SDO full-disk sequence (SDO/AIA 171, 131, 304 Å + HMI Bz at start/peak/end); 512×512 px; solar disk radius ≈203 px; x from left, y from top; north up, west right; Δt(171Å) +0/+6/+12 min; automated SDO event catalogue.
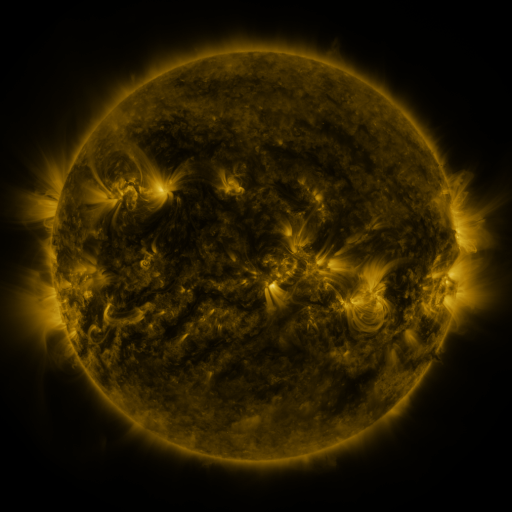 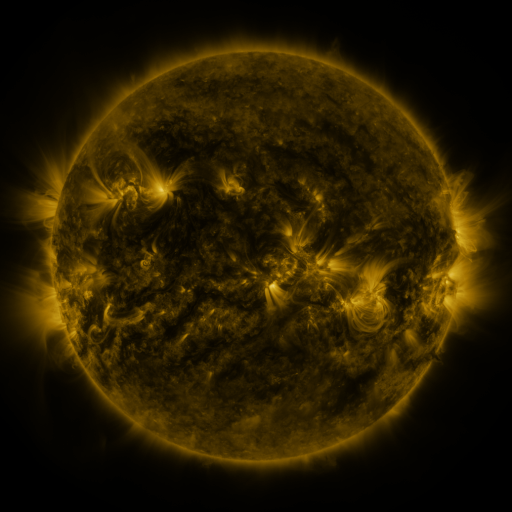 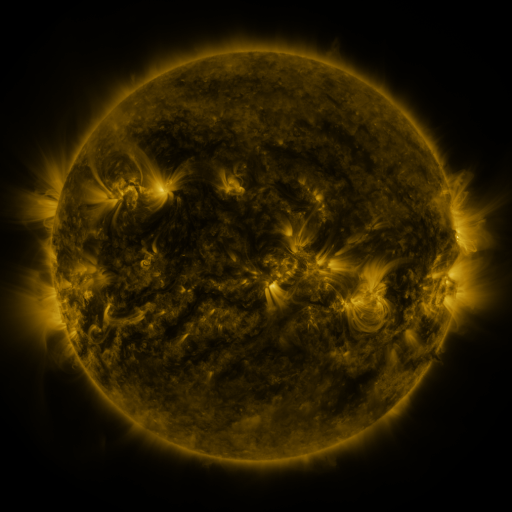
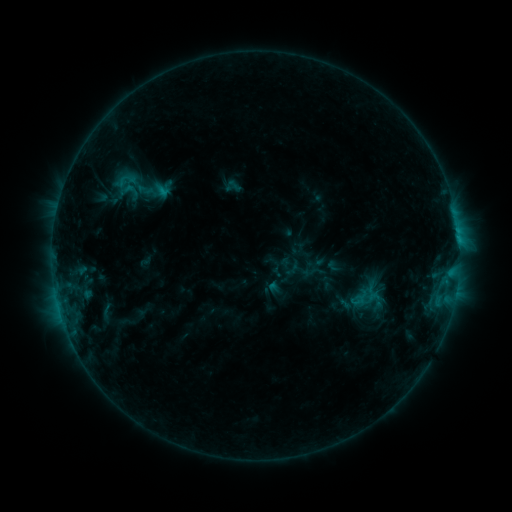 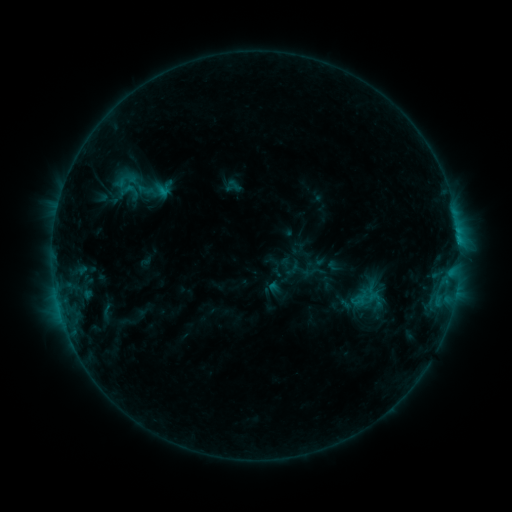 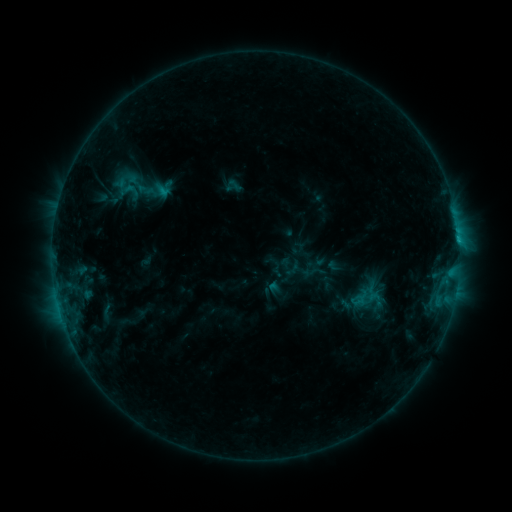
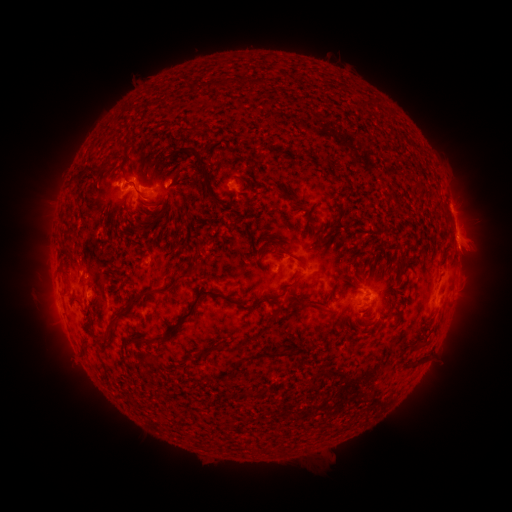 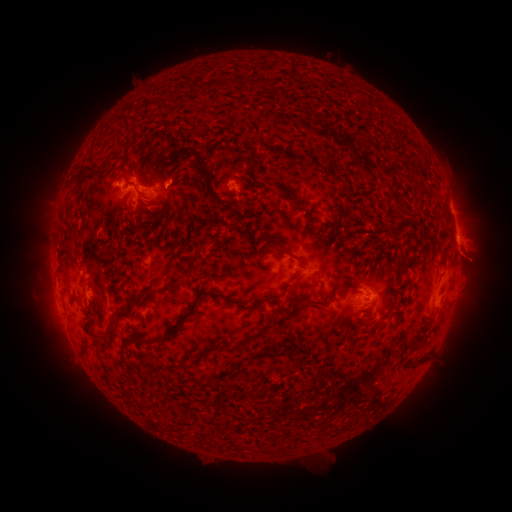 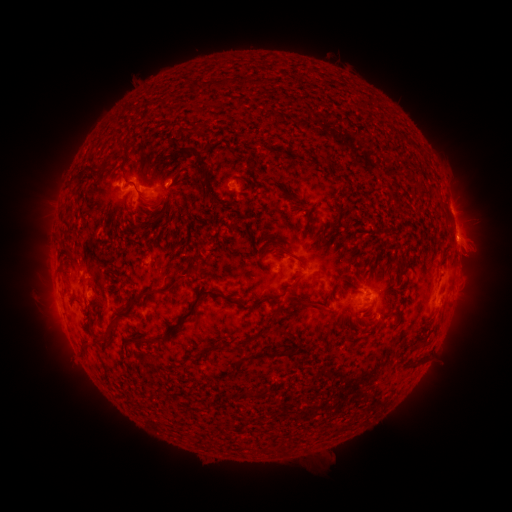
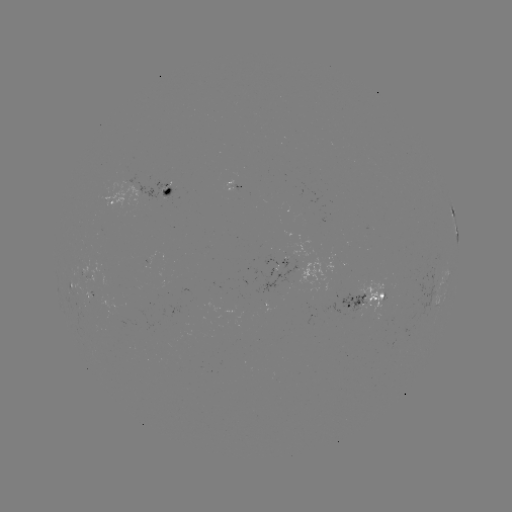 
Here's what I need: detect eruption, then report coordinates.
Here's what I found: eruption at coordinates (470, 256).